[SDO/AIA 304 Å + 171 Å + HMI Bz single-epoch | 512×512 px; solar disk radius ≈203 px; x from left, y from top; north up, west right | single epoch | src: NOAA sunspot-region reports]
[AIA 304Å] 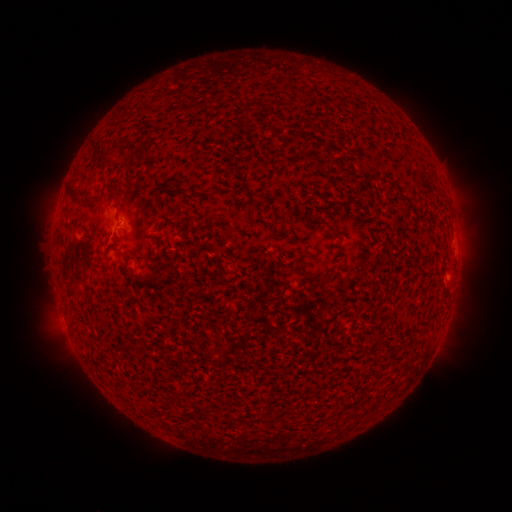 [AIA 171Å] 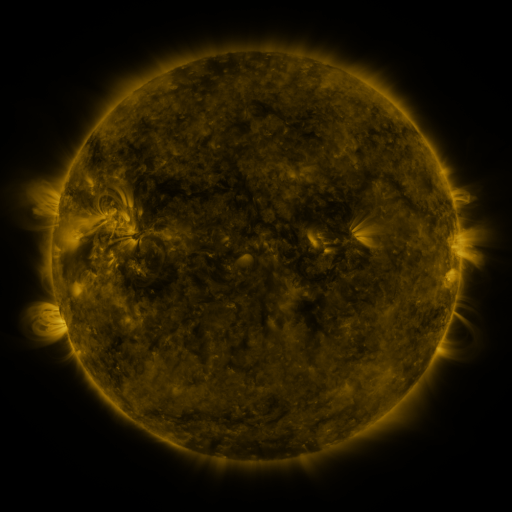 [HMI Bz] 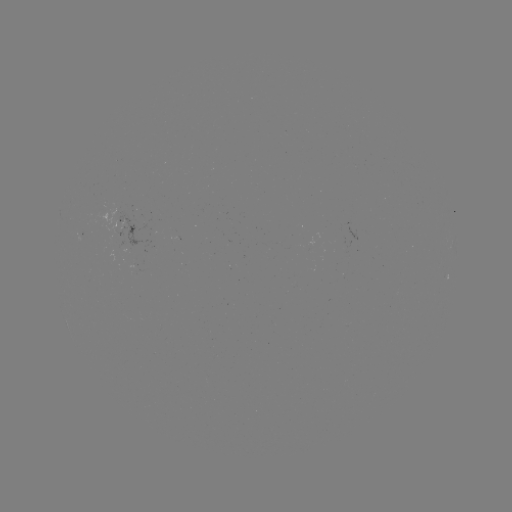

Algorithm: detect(spotted active region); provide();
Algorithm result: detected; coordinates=131,226